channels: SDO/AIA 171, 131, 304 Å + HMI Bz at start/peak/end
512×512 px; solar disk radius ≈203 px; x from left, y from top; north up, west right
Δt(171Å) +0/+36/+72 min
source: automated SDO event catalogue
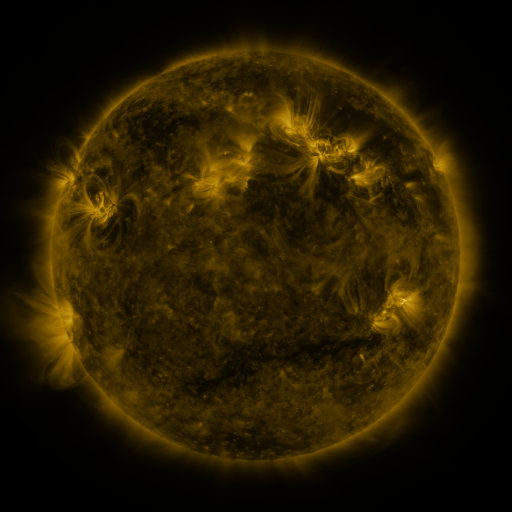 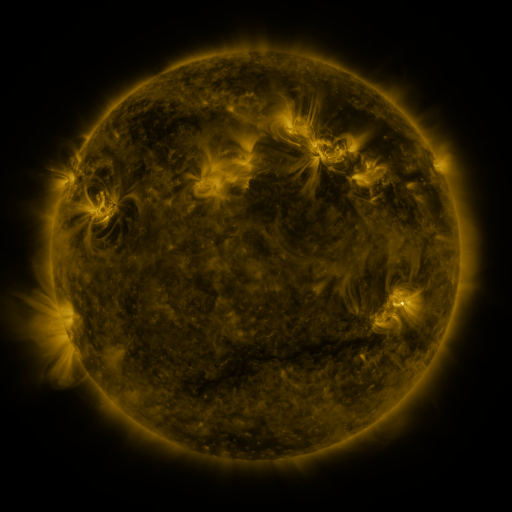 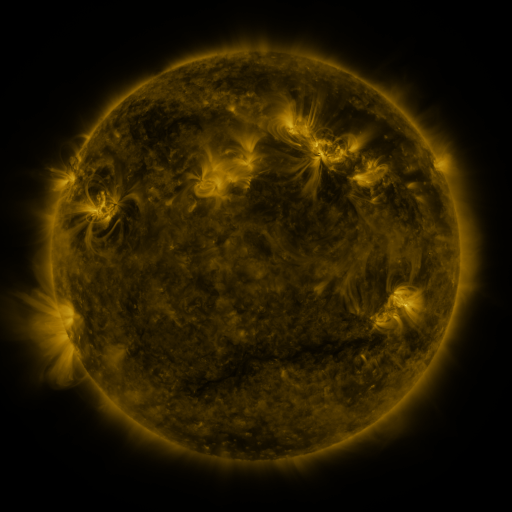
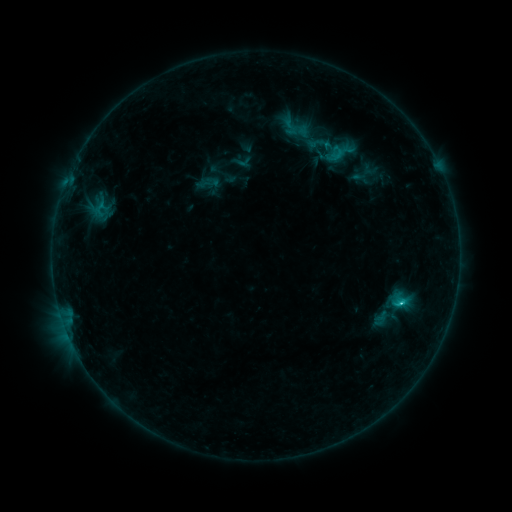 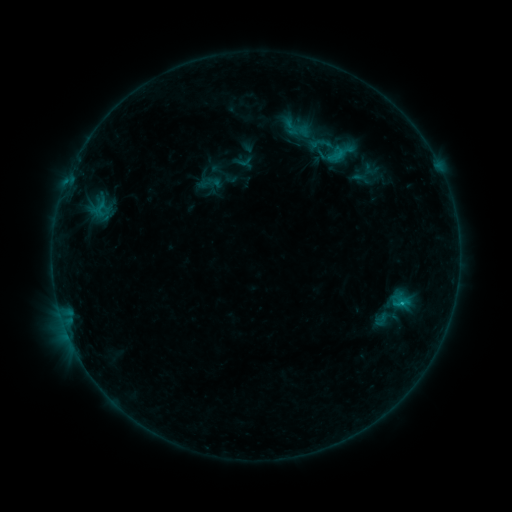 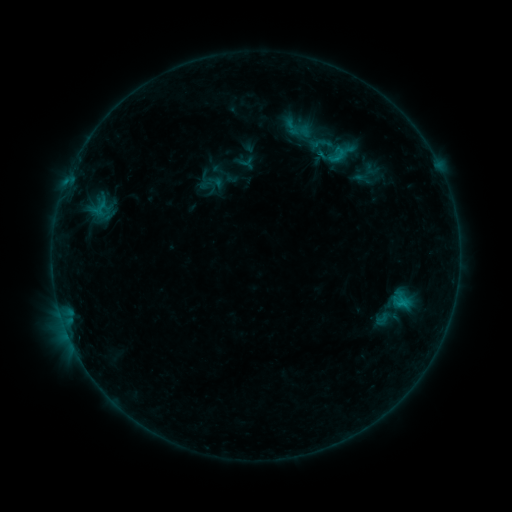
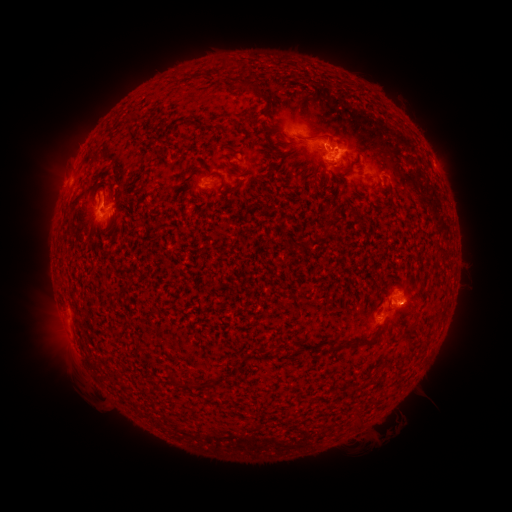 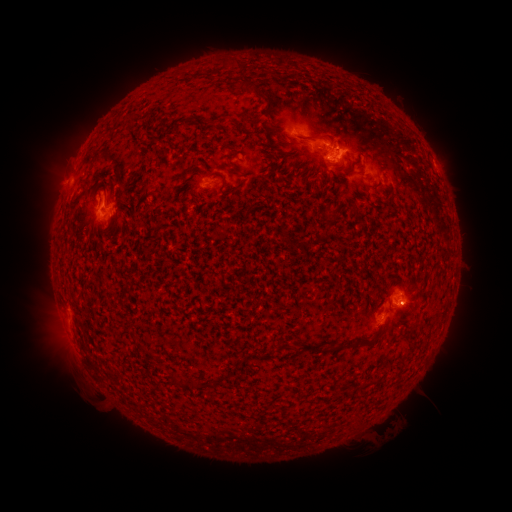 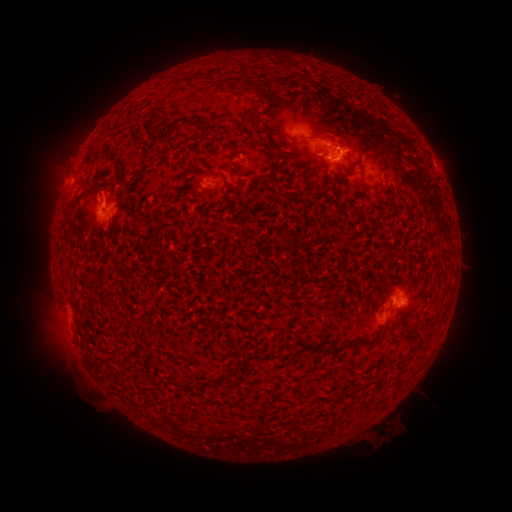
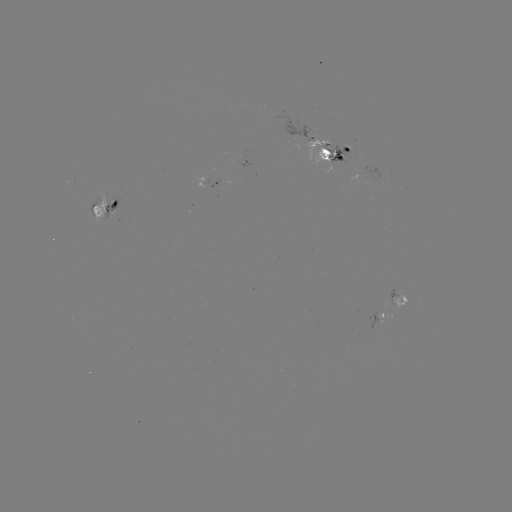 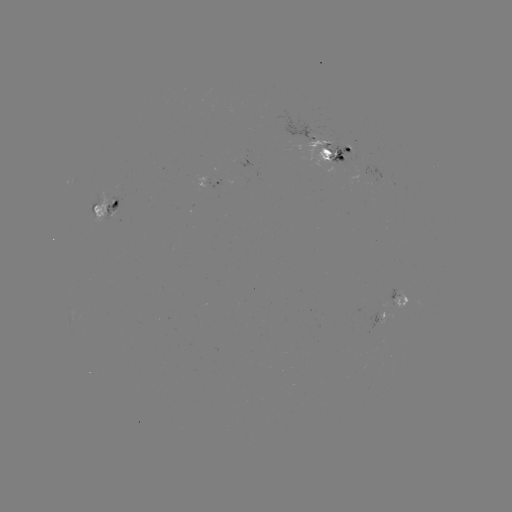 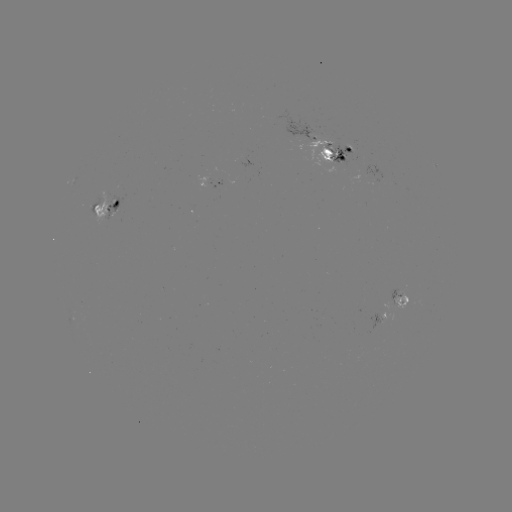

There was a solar emerging-flux region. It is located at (396, 294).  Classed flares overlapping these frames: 1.